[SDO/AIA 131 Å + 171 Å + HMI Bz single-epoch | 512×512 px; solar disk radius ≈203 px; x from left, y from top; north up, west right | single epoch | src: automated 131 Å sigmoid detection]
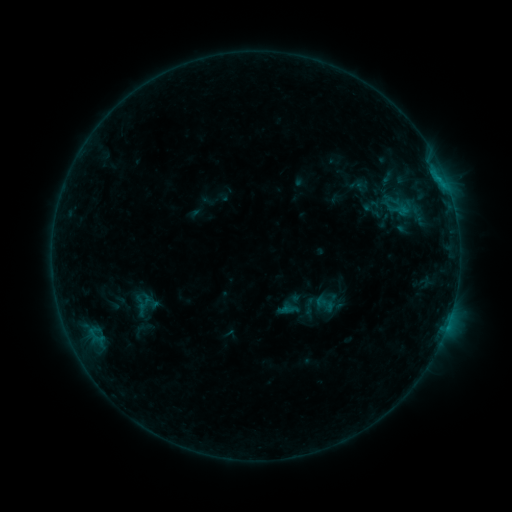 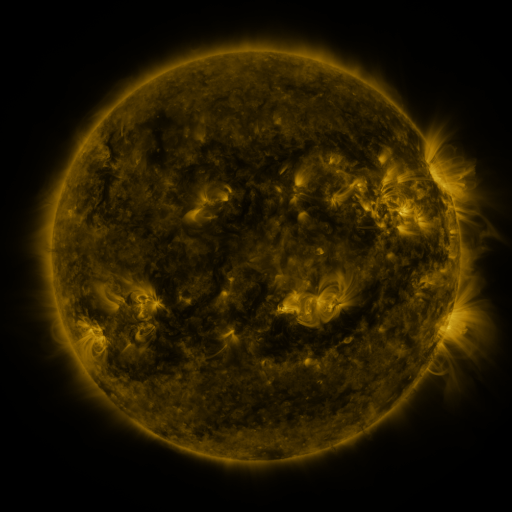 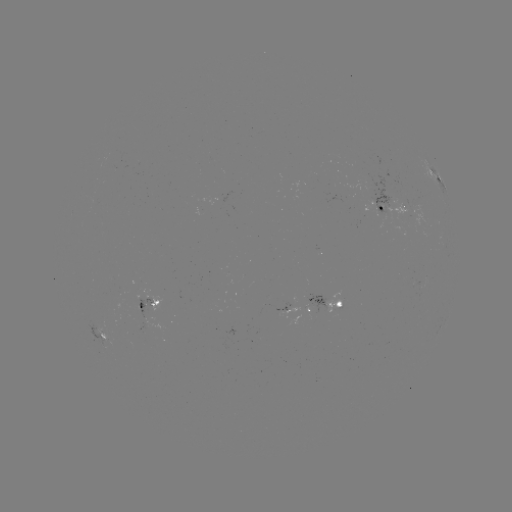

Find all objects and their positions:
sigmoid: (300, 297, 318, 316)
